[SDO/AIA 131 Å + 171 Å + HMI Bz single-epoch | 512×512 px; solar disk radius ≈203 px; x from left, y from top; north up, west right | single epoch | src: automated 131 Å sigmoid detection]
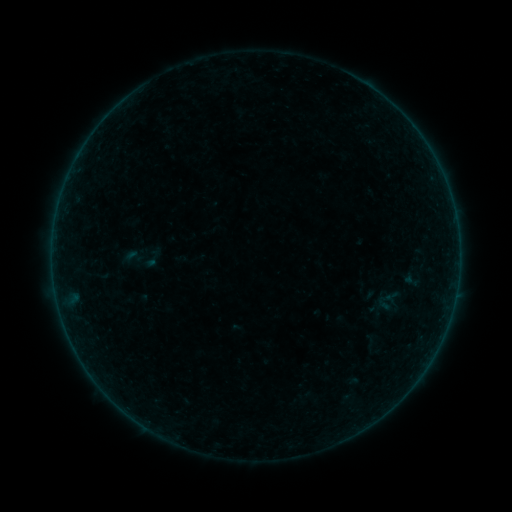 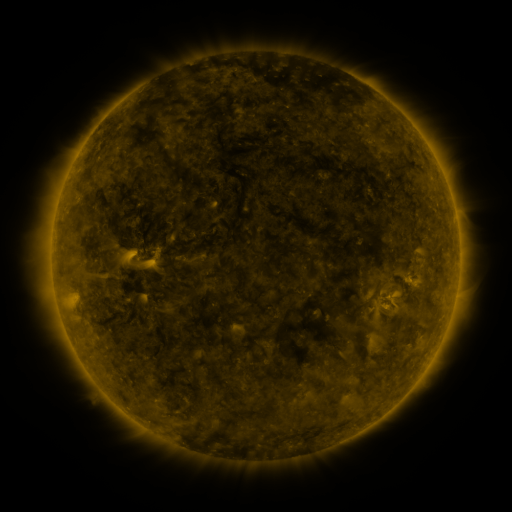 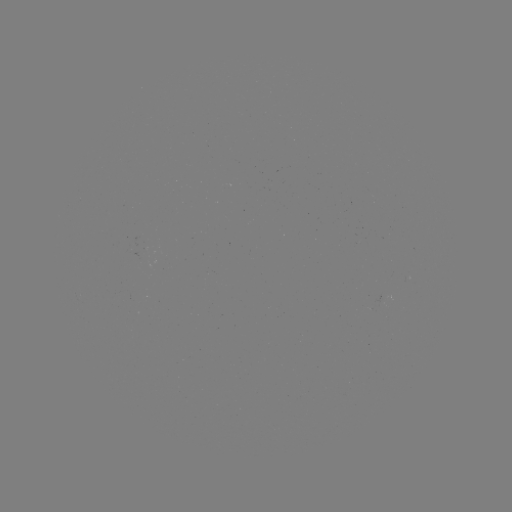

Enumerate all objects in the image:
sigmoid: (133, 257)
